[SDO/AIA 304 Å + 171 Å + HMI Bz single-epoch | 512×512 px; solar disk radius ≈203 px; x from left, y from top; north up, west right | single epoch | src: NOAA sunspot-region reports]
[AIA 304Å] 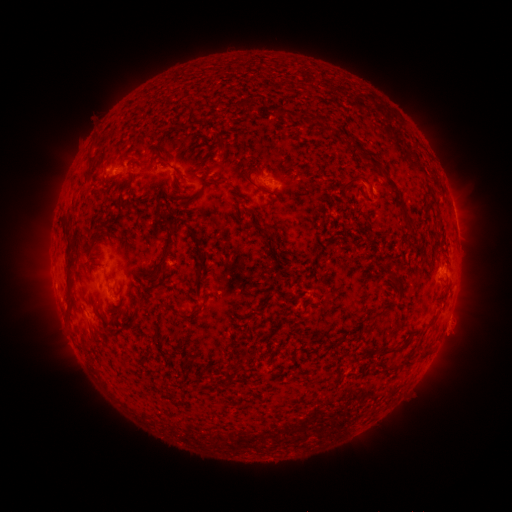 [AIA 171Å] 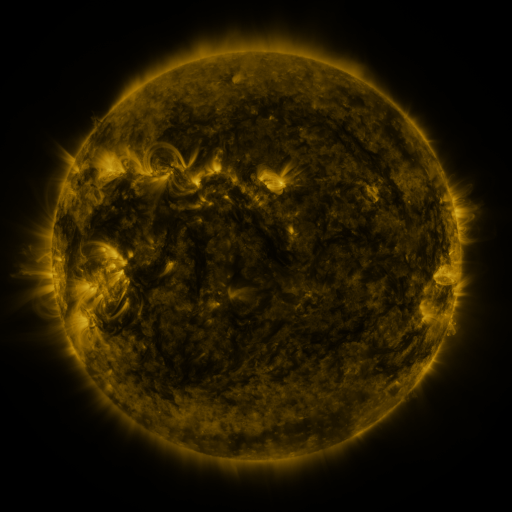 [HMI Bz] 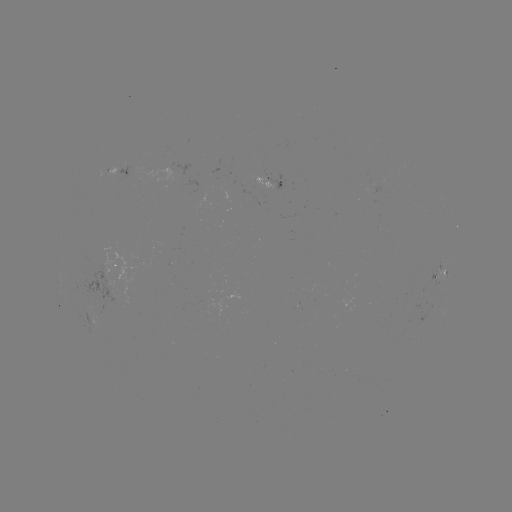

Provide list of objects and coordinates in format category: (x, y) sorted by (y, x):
spotted active region: (124, 172)
spotted active region: (269, 182)
spotted active region: (118, 262)
spotted active region: (440, 274)
